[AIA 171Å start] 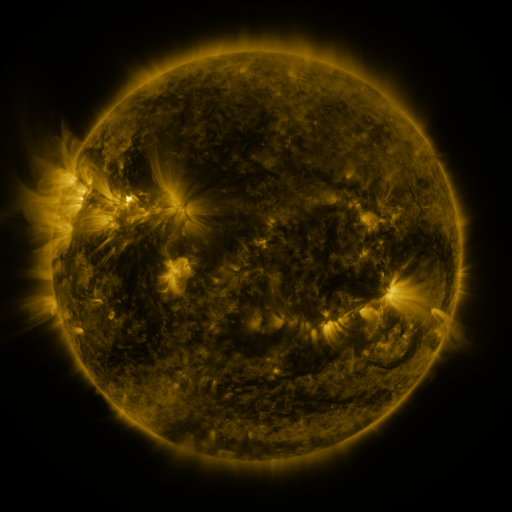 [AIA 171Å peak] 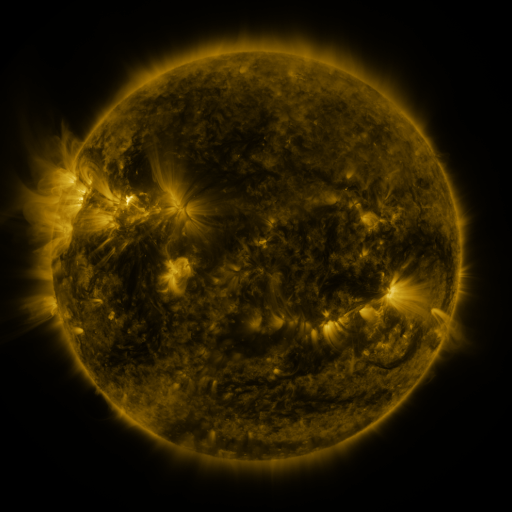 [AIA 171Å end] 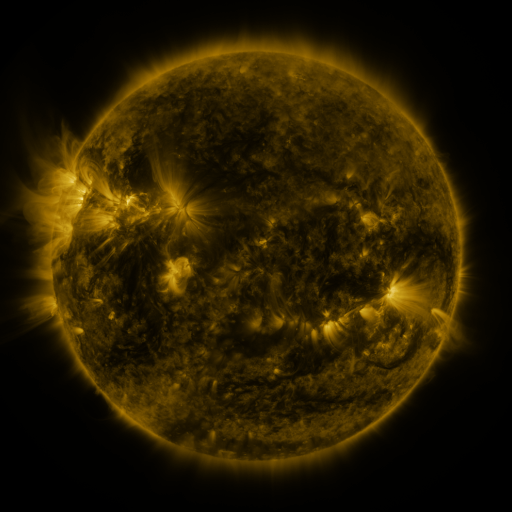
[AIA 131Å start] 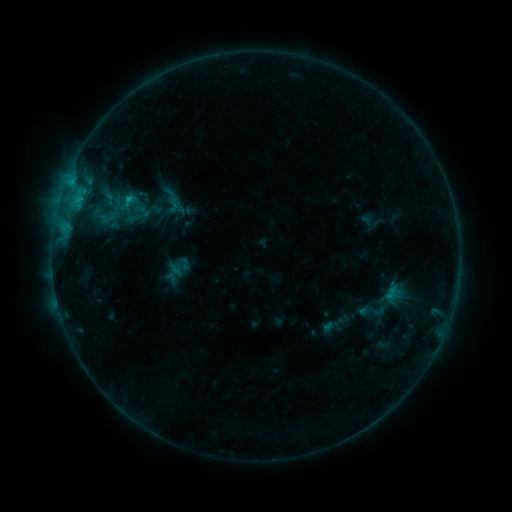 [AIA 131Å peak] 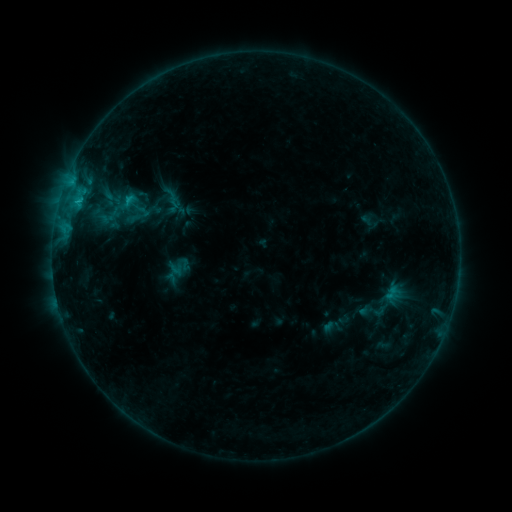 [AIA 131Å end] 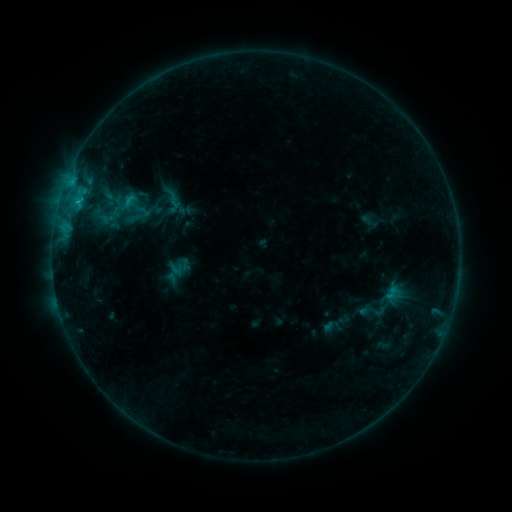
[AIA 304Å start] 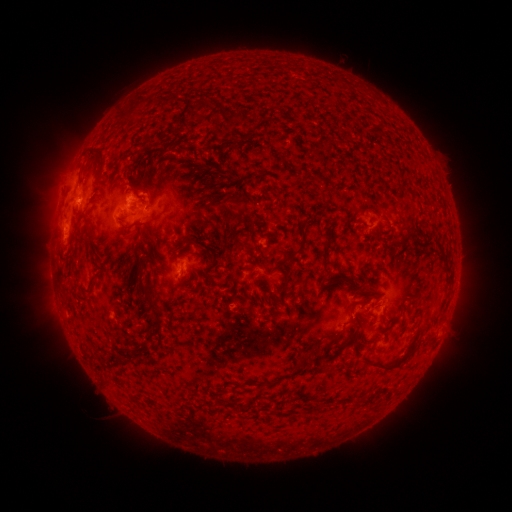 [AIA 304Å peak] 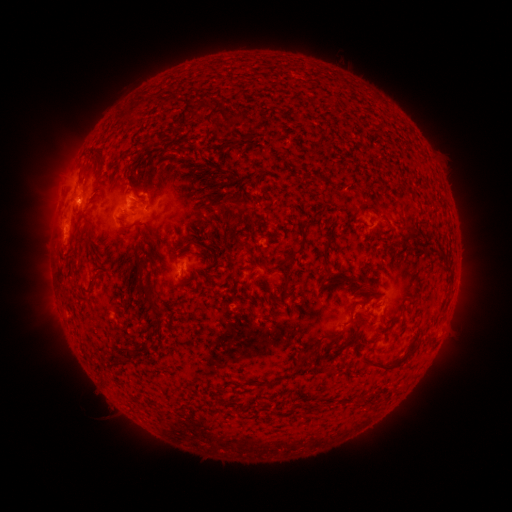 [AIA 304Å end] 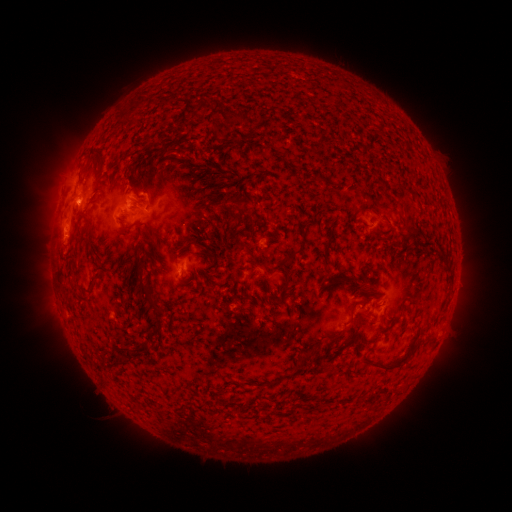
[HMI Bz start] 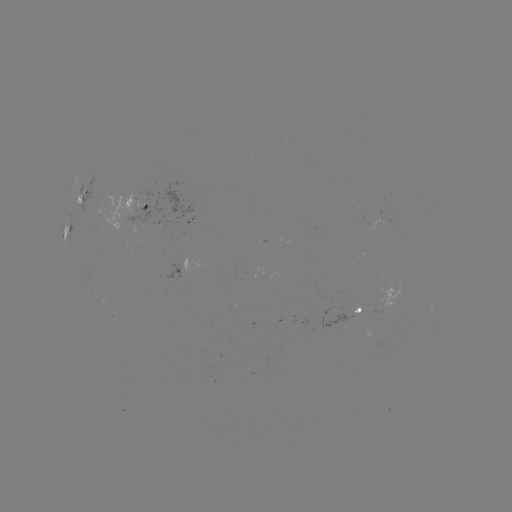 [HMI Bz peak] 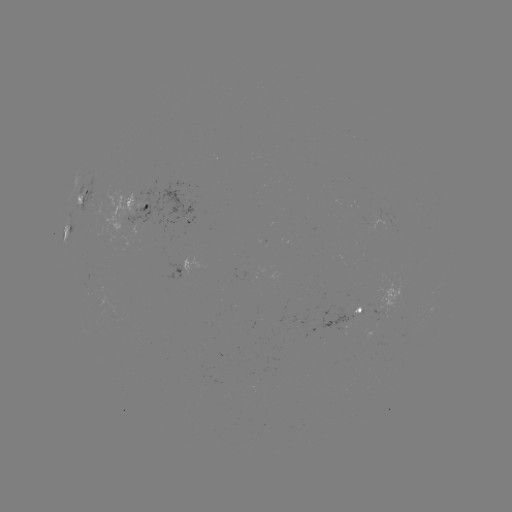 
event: flare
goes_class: B7.6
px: (77, 202)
